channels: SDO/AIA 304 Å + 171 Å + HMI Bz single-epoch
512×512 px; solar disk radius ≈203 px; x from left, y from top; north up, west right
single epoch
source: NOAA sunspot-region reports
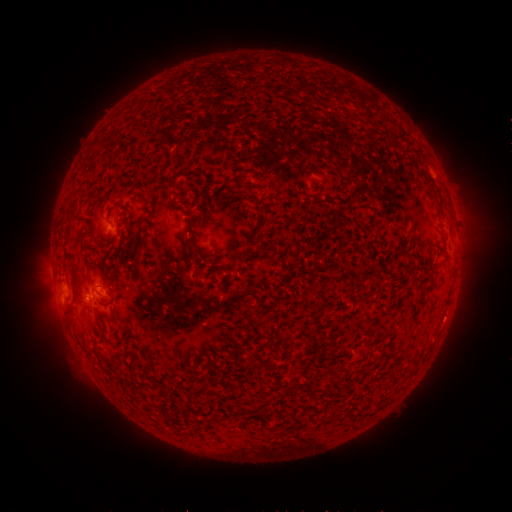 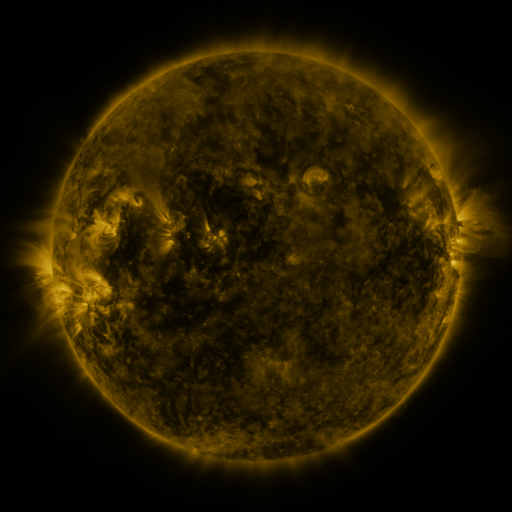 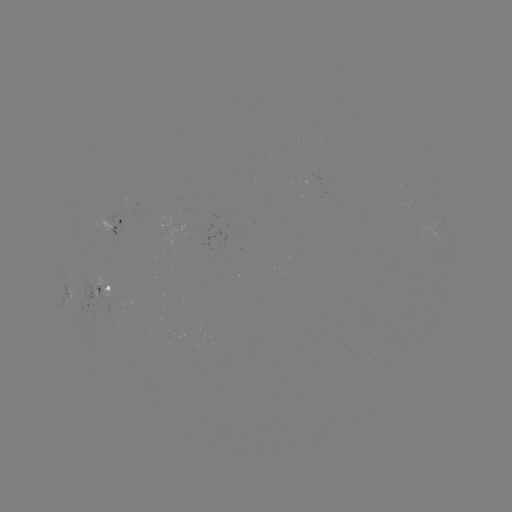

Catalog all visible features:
spotted active region: (121, 224)
spotted active region: (98, 295)
spotted active region: (71, 298)
